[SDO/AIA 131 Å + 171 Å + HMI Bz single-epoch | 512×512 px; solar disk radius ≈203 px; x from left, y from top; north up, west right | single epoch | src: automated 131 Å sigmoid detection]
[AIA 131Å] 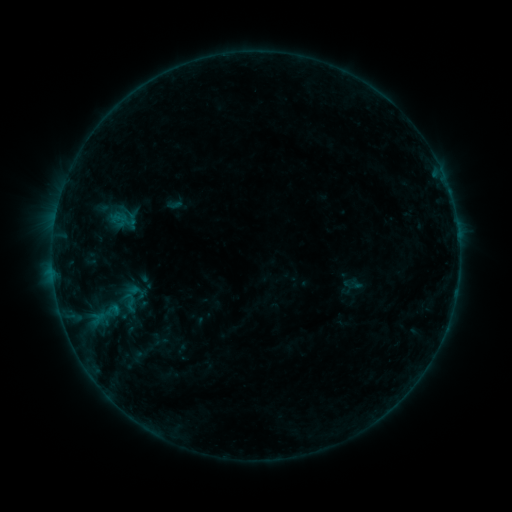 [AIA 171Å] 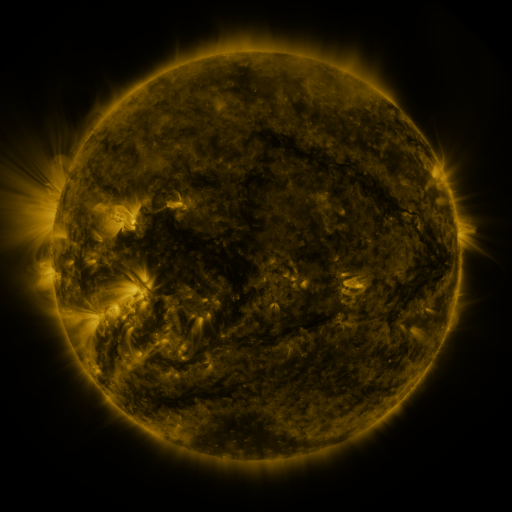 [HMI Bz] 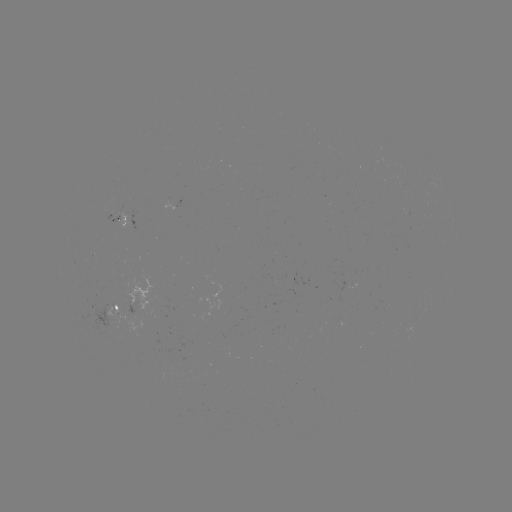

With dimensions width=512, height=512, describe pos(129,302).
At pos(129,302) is sigmoid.